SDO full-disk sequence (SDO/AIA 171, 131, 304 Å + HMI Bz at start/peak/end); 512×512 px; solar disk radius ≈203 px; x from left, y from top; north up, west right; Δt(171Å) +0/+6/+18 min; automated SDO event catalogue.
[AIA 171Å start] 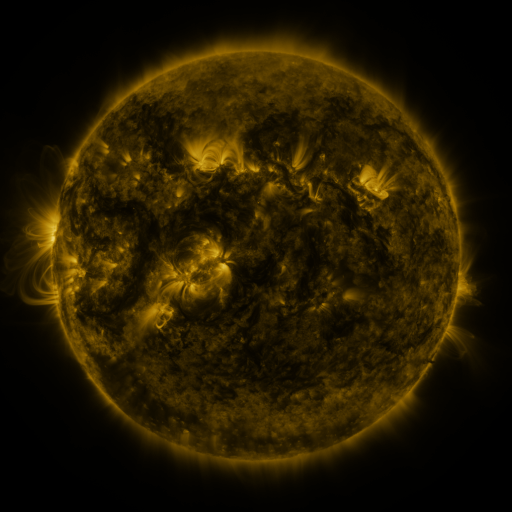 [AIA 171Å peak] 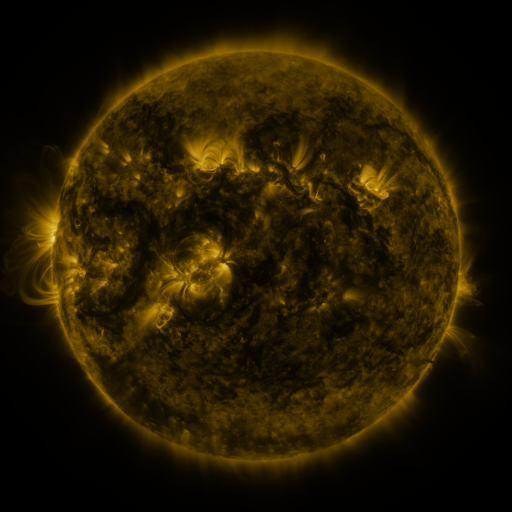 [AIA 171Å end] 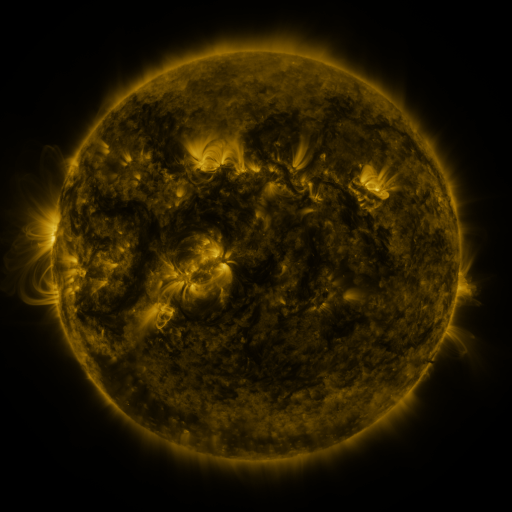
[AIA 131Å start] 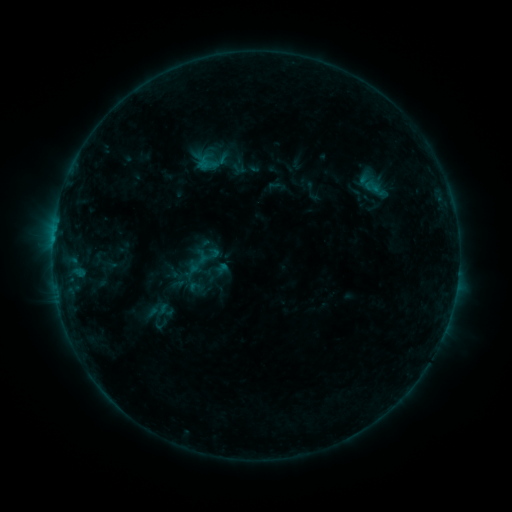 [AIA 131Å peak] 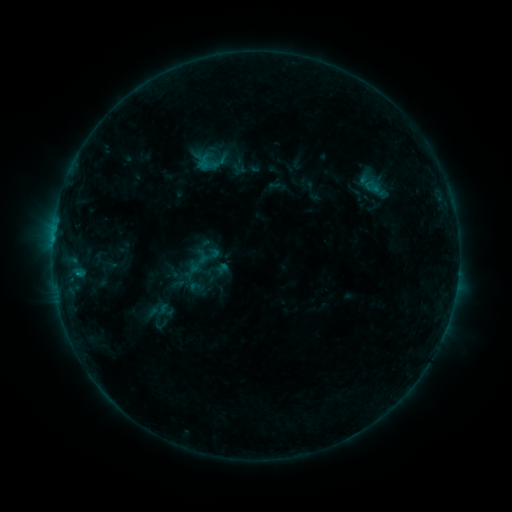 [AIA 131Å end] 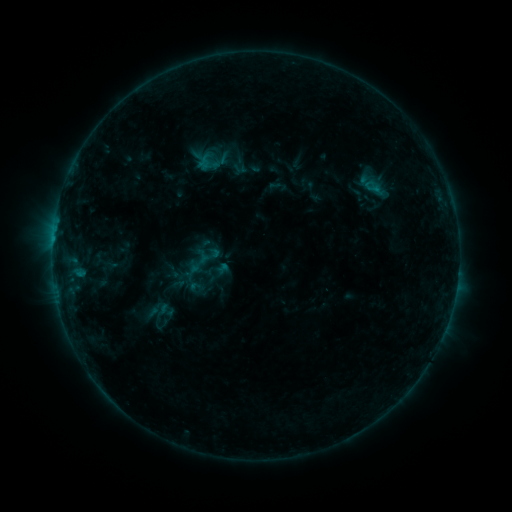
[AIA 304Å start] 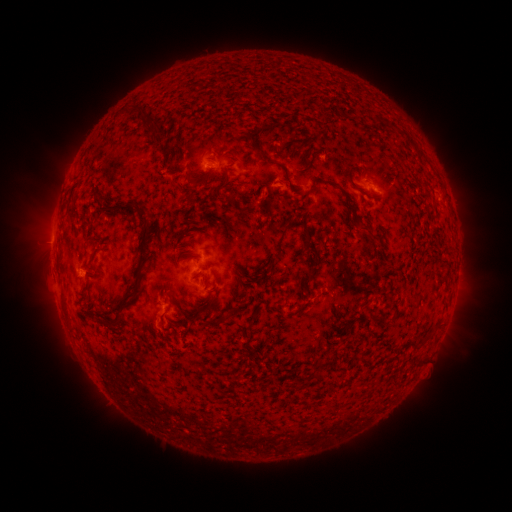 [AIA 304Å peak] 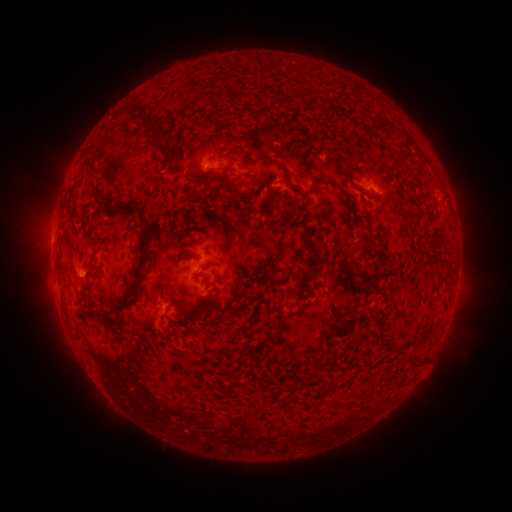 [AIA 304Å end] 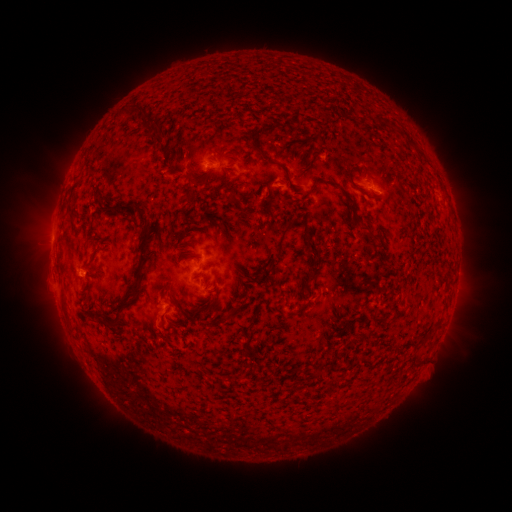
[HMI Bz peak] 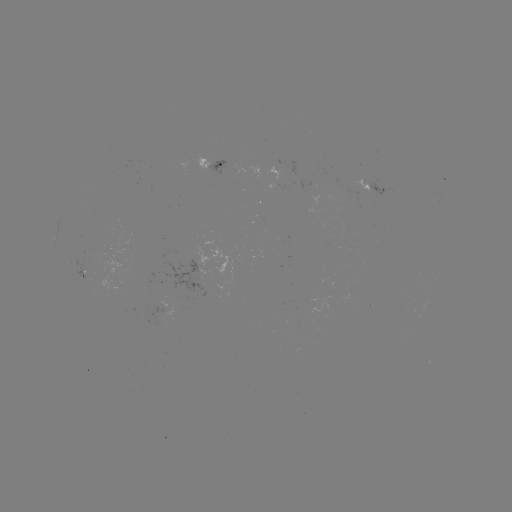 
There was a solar flare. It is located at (79, 272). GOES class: B4.8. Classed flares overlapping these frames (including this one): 1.